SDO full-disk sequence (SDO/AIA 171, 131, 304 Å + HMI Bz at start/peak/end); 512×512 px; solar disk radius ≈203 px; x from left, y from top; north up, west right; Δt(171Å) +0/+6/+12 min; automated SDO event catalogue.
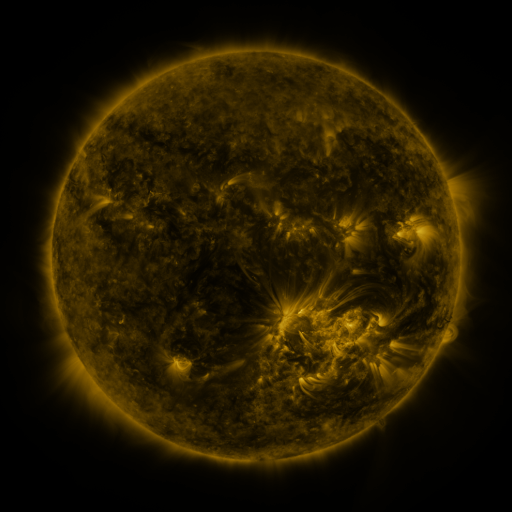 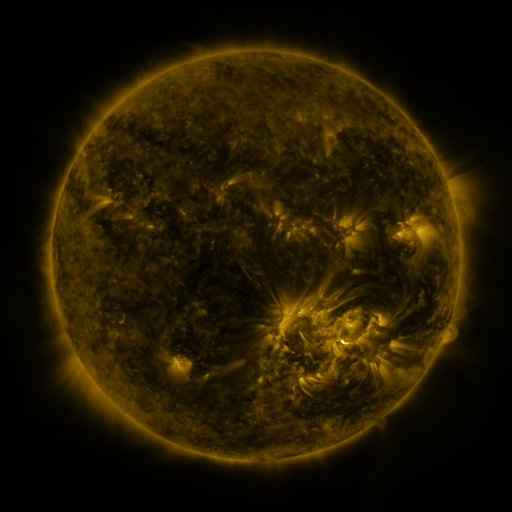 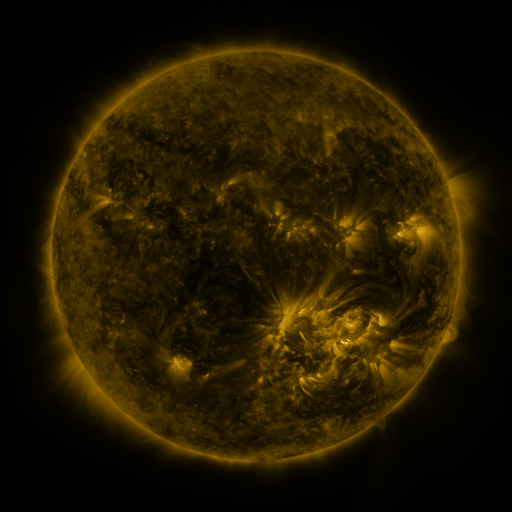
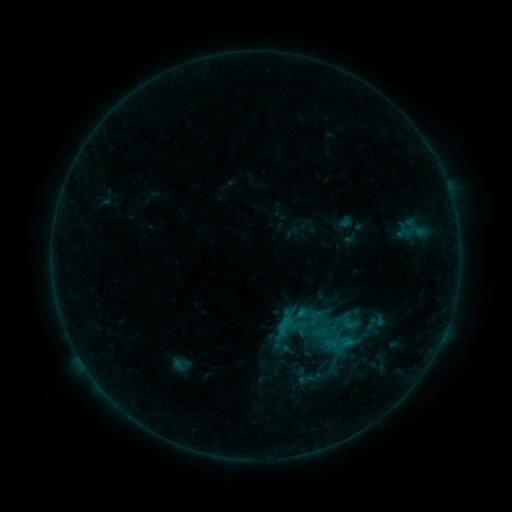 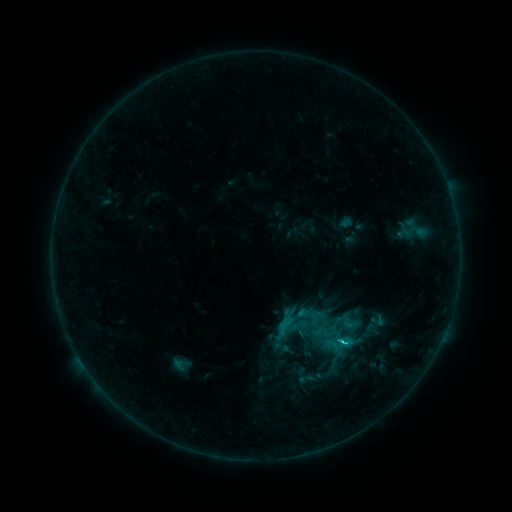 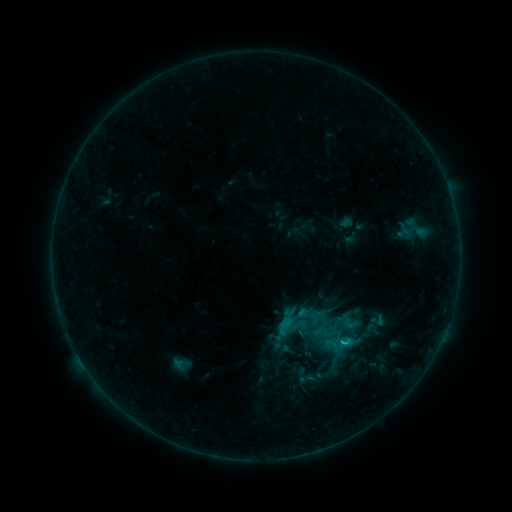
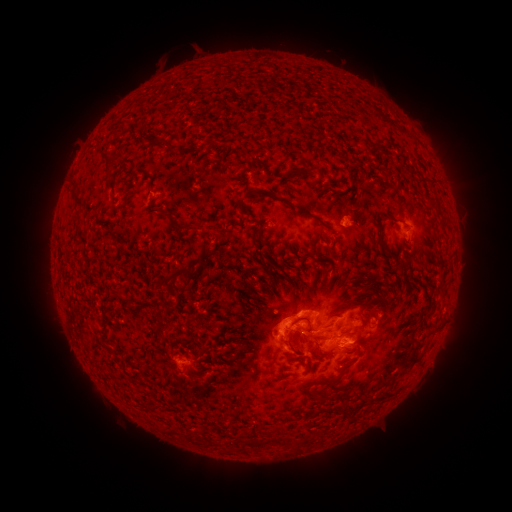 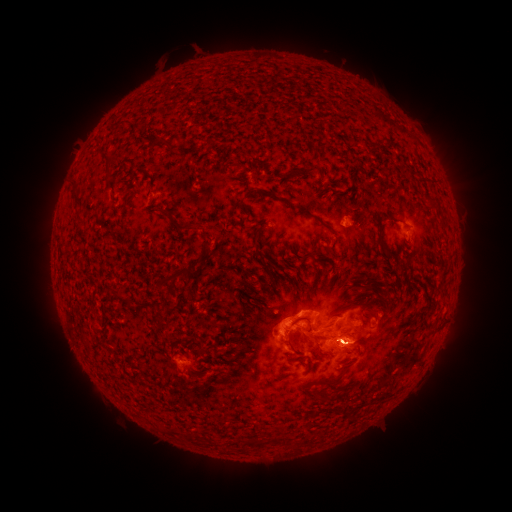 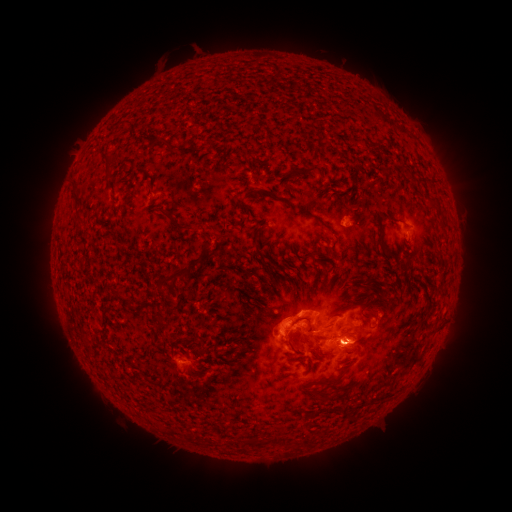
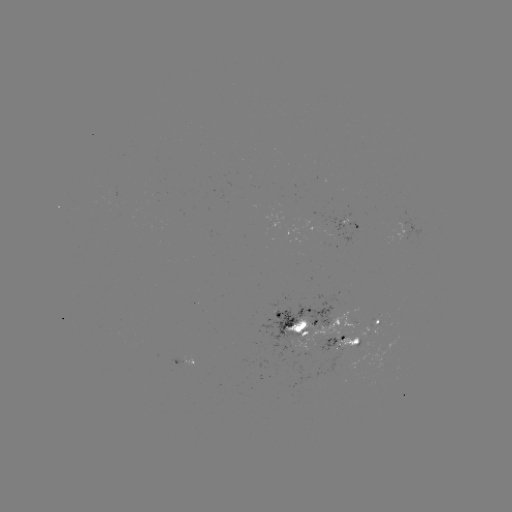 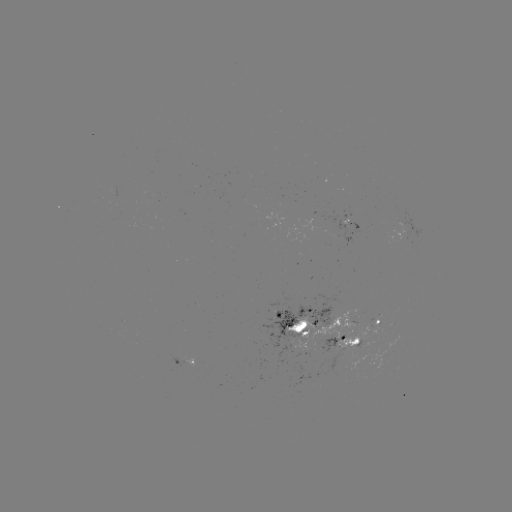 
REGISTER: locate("C1.5 flare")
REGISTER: (345, 341)